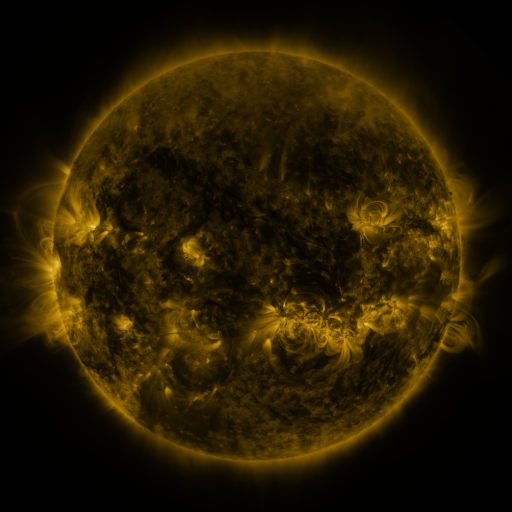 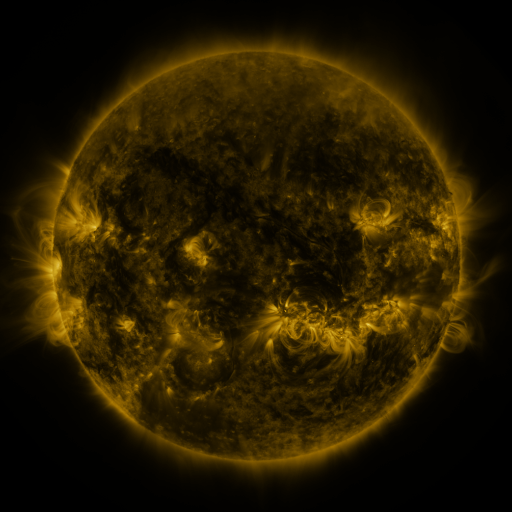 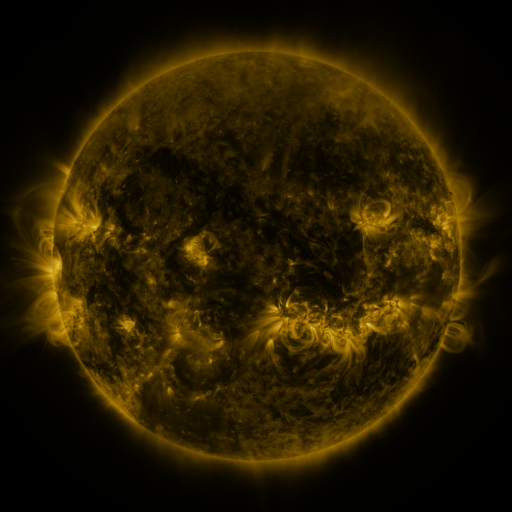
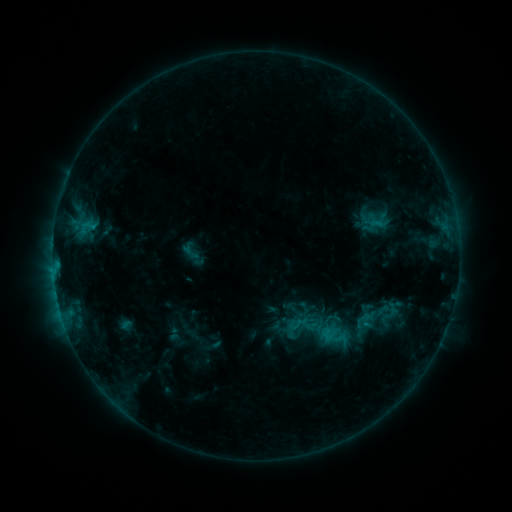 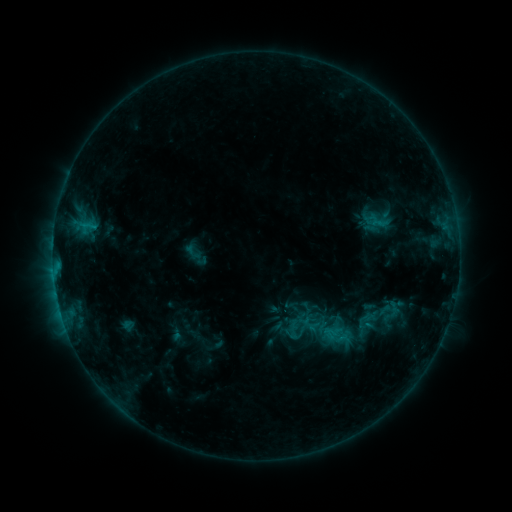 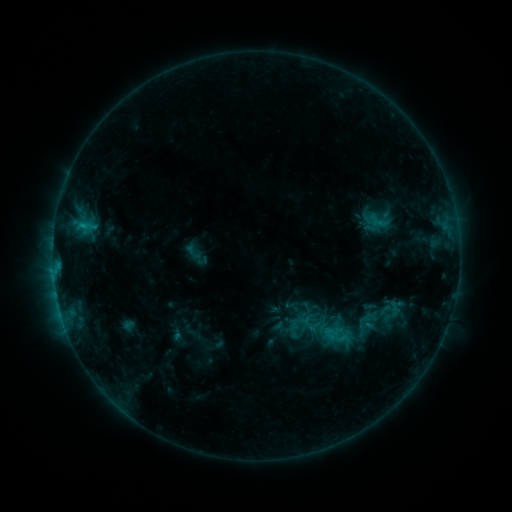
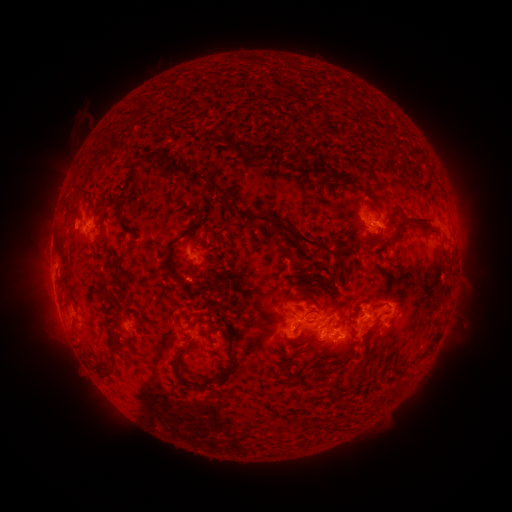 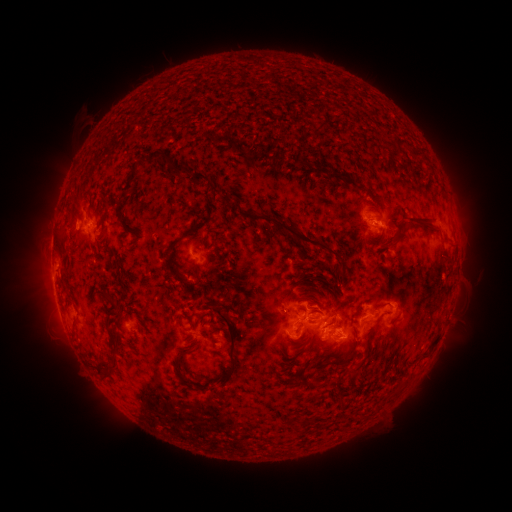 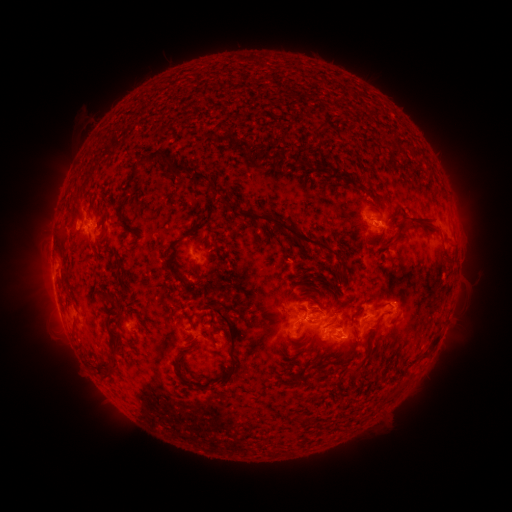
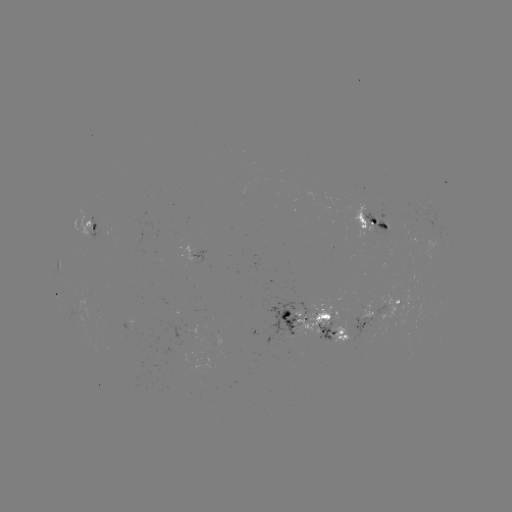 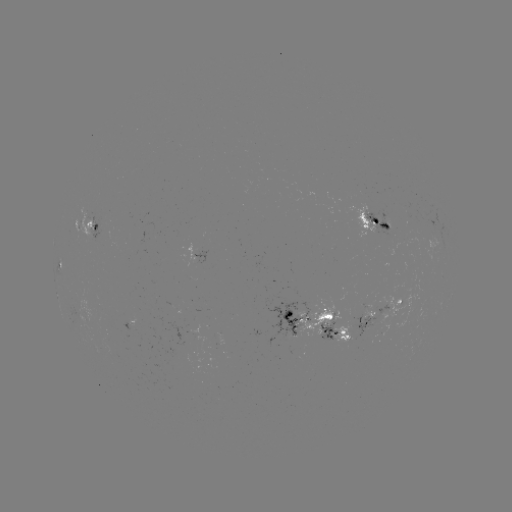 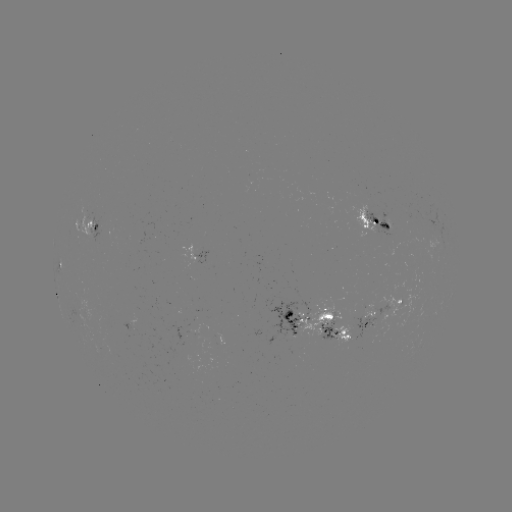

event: emerging-flux region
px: (385, 222)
